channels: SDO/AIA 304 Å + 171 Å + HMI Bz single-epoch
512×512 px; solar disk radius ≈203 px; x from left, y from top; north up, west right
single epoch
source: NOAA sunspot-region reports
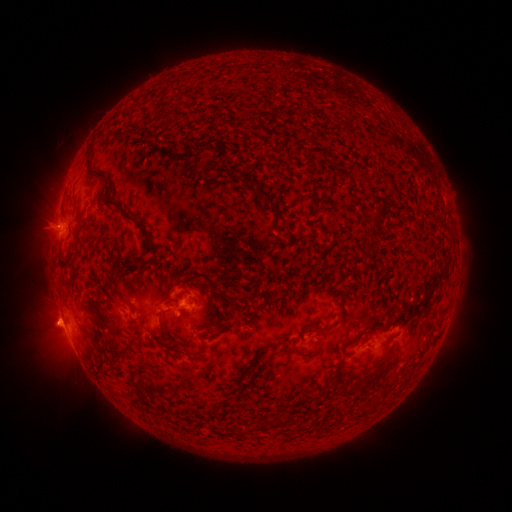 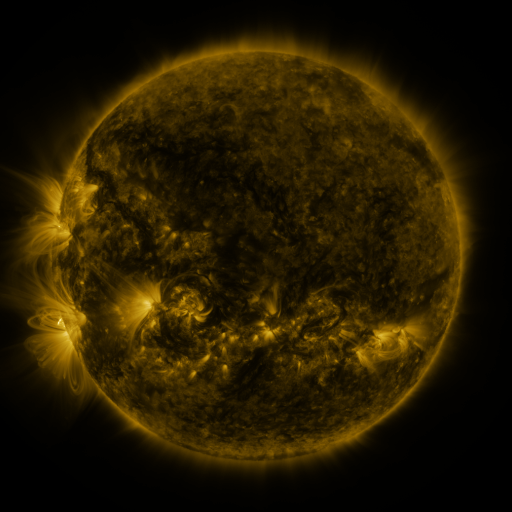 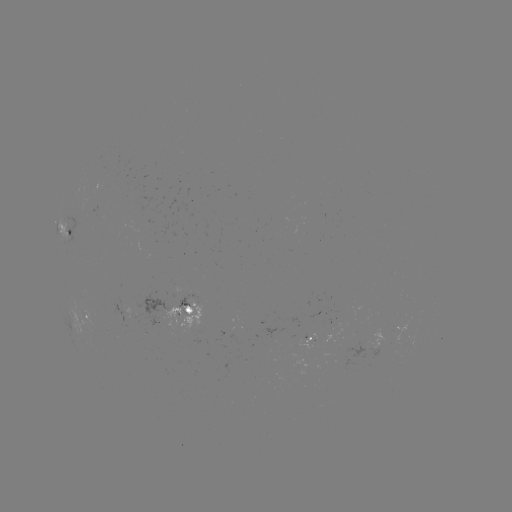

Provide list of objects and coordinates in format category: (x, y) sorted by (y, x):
spotted active region: (65, 230)
spotted active region: (187, 309)
spotted active region: (85, 318)
spotted active region: (319, 336)
spotted active region: (372, 346)
